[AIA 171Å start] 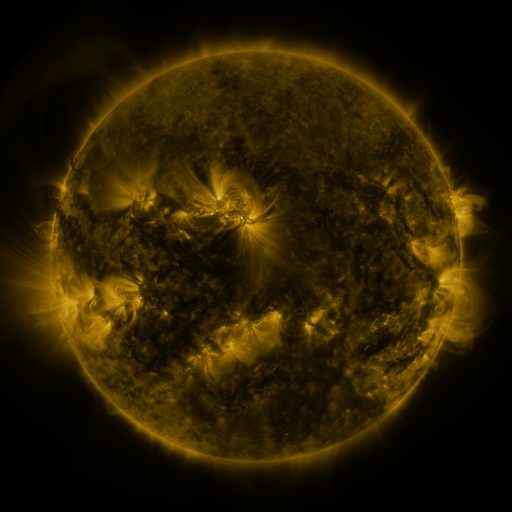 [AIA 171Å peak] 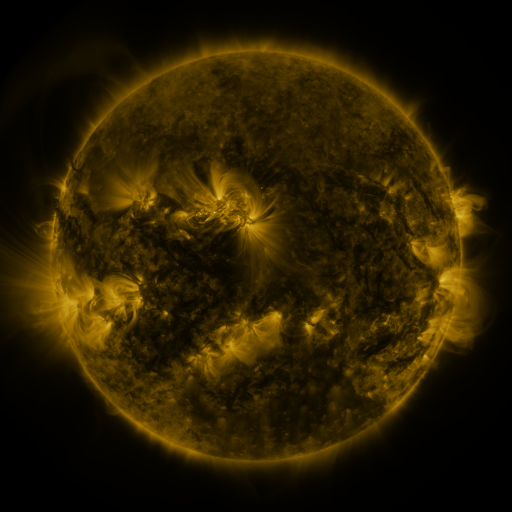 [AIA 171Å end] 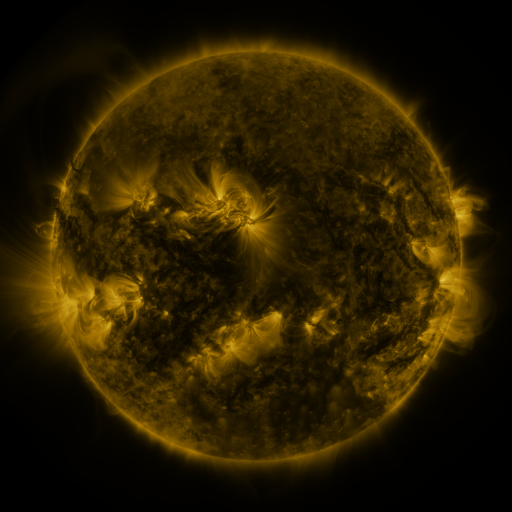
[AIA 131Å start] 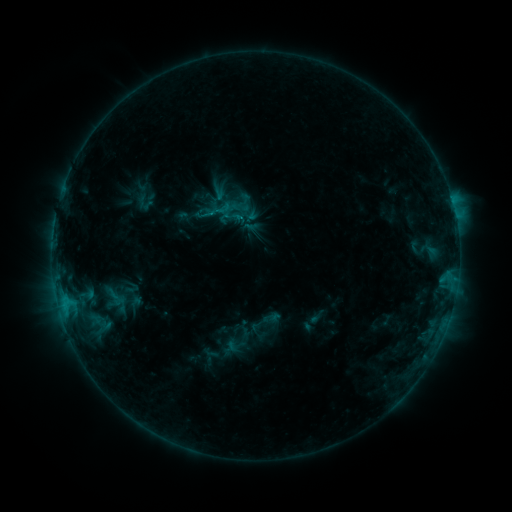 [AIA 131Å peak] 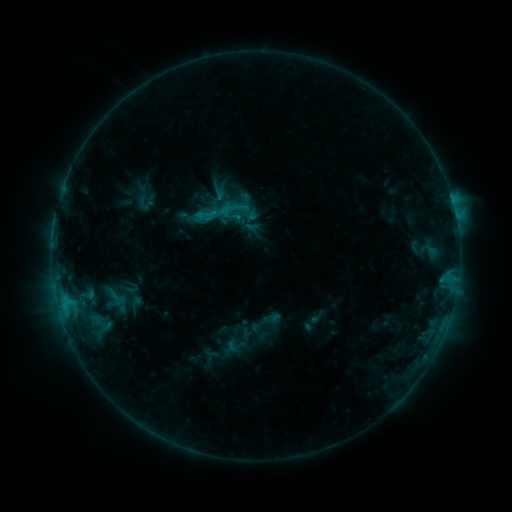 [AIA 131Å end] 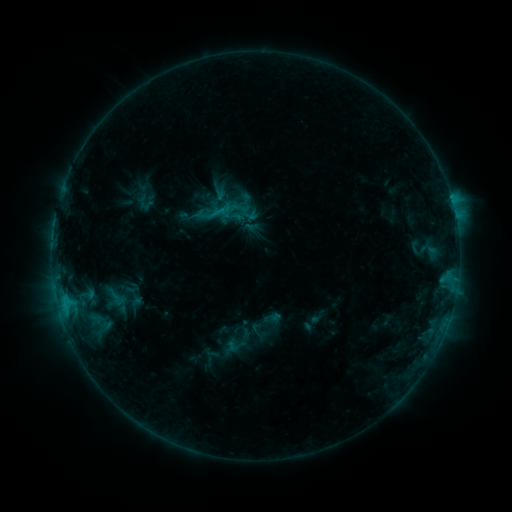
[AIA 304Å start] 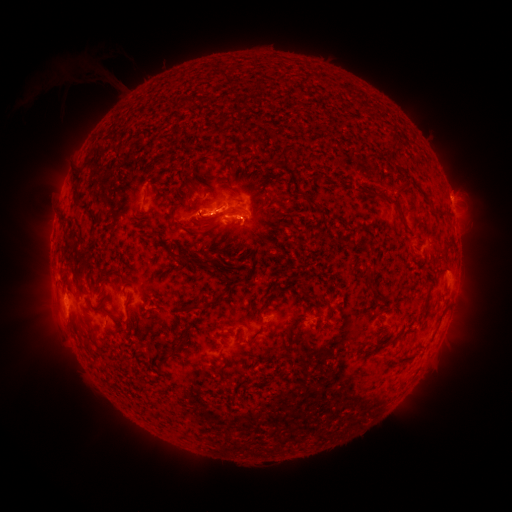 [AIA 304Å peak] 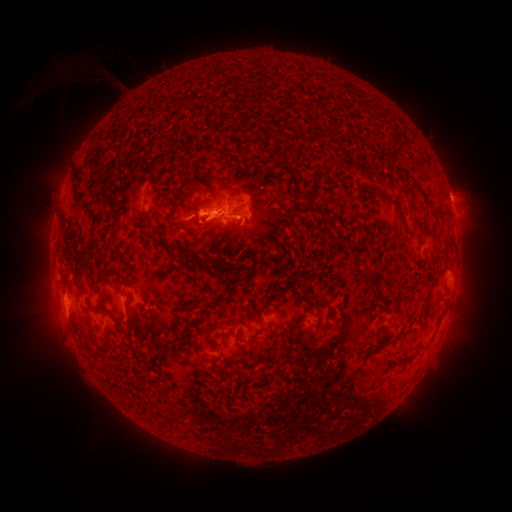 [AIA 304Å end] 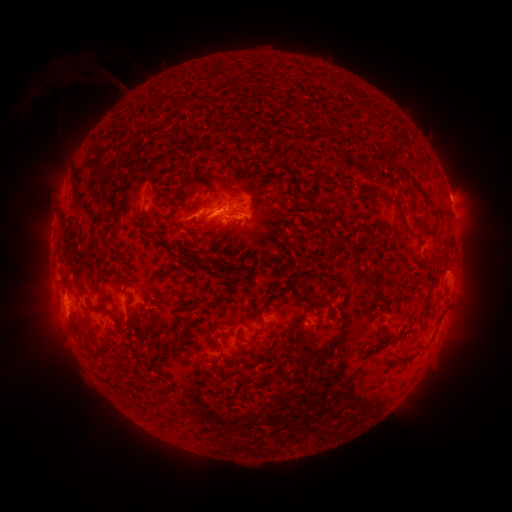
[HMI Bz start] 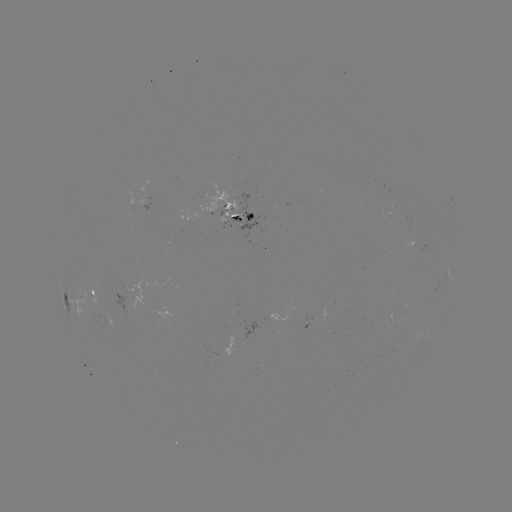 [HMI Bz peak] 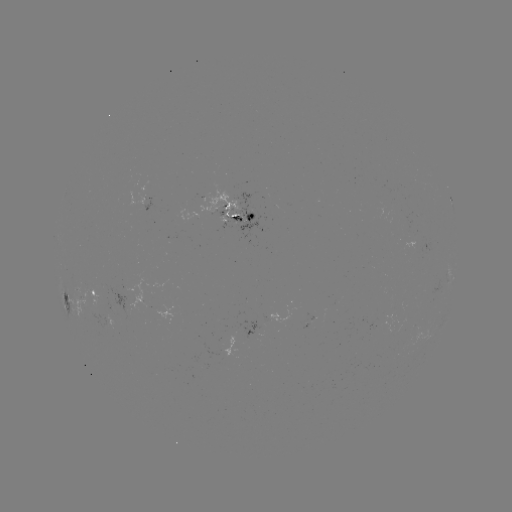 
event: eruption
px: (207, 221)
